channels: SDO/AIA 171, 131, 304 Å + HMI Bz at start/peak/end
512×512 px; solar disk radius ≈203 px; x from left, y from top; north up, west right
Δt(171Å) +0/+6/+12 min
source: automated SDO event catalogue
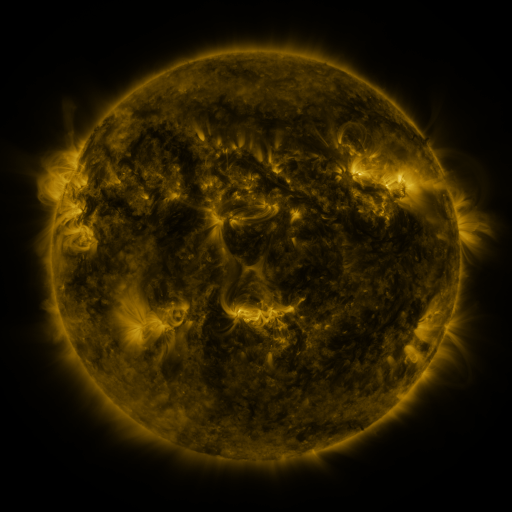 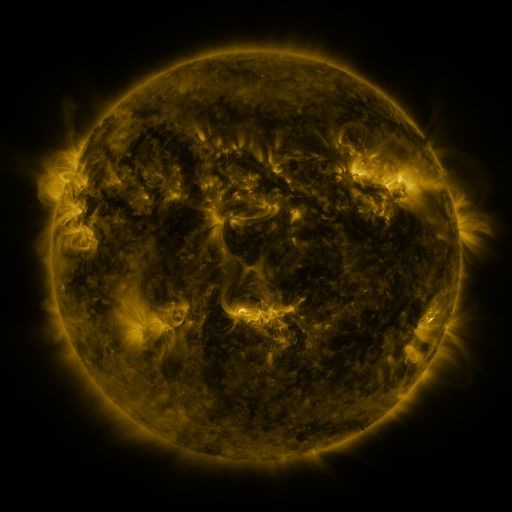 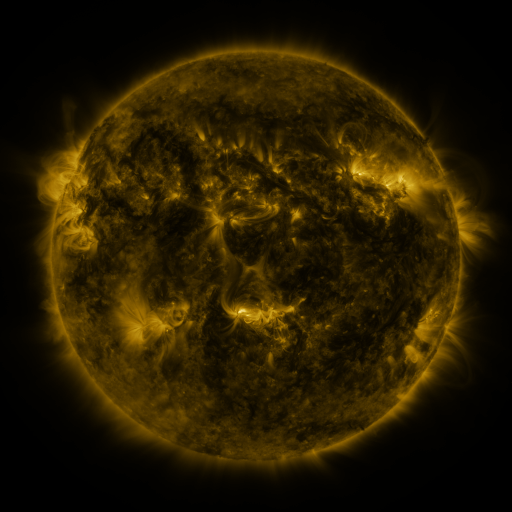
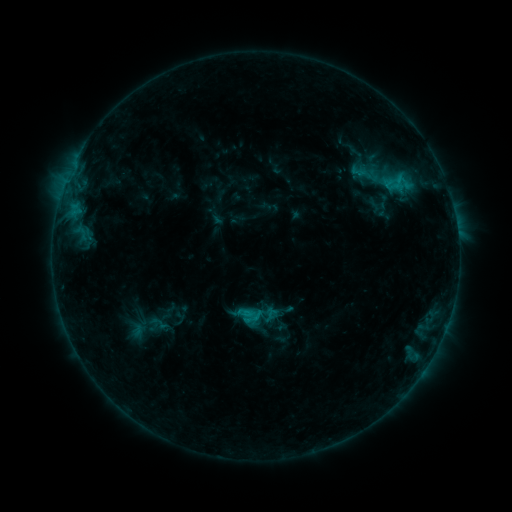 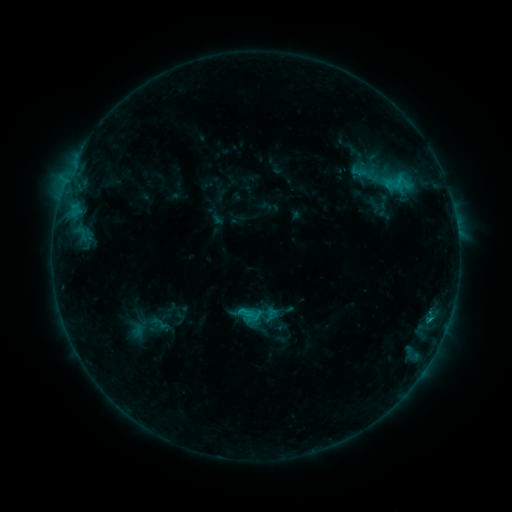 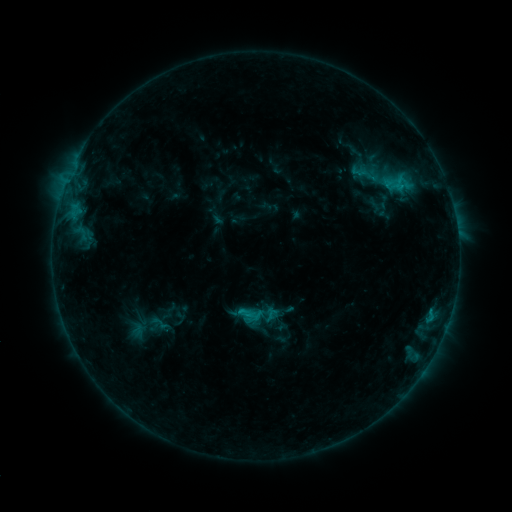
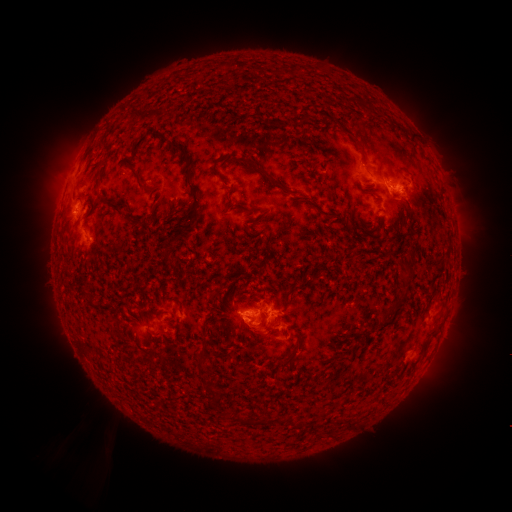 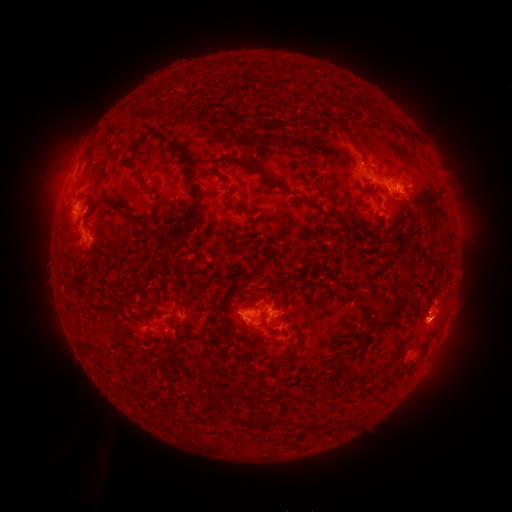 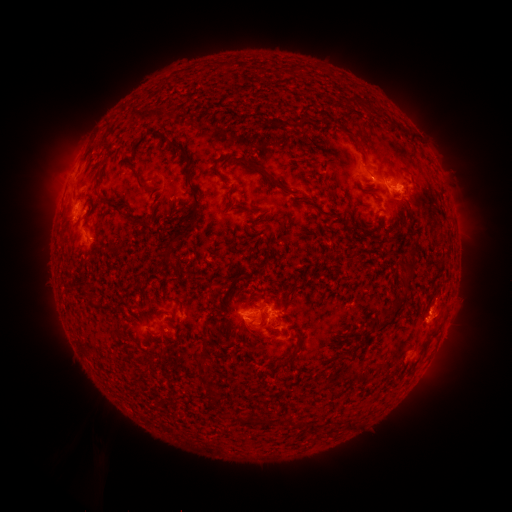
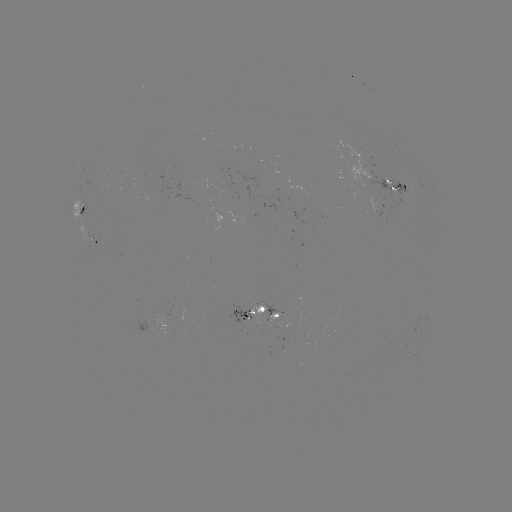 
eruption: [395, 281, 474, 353]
